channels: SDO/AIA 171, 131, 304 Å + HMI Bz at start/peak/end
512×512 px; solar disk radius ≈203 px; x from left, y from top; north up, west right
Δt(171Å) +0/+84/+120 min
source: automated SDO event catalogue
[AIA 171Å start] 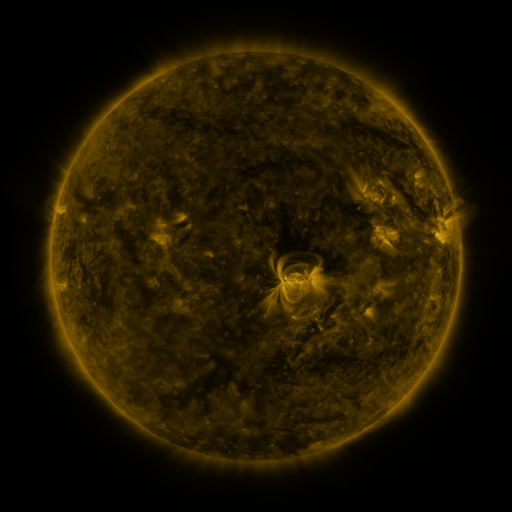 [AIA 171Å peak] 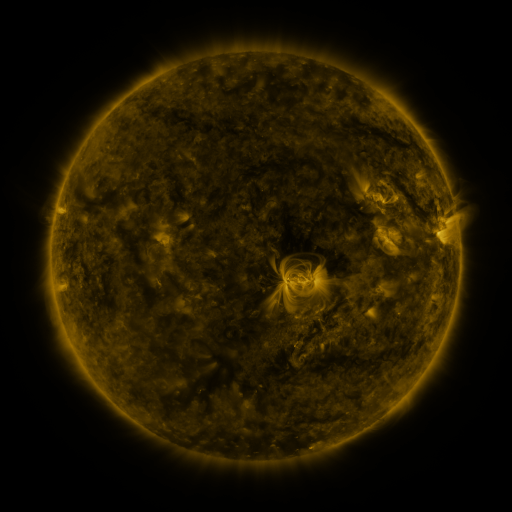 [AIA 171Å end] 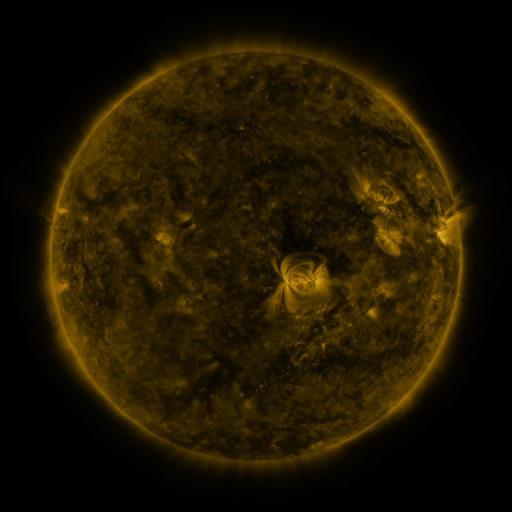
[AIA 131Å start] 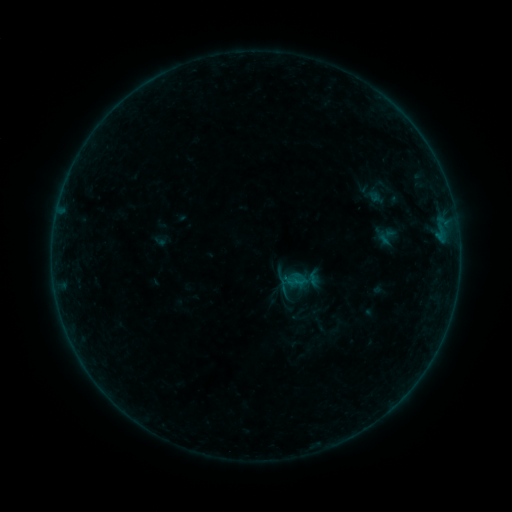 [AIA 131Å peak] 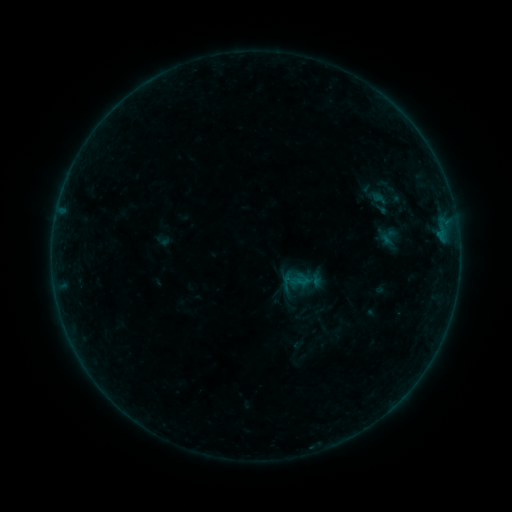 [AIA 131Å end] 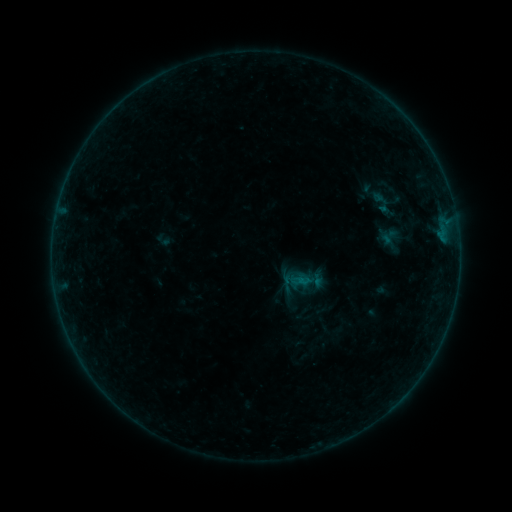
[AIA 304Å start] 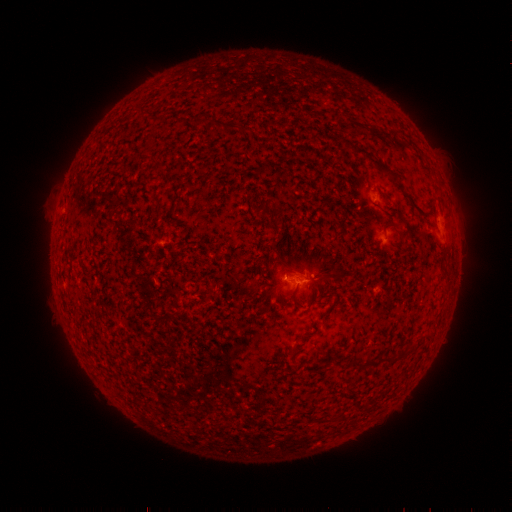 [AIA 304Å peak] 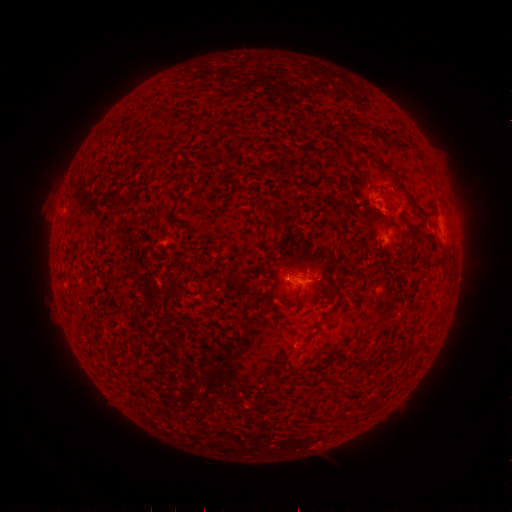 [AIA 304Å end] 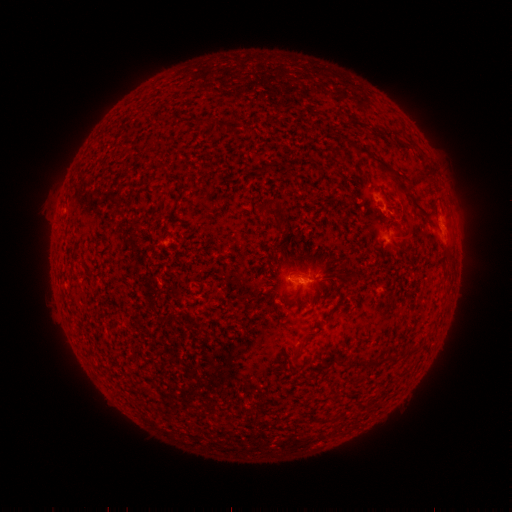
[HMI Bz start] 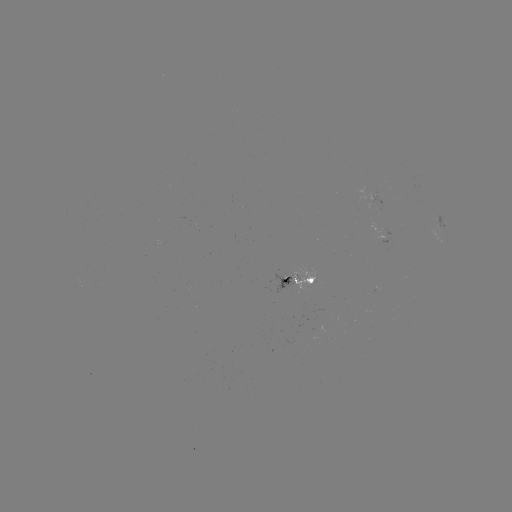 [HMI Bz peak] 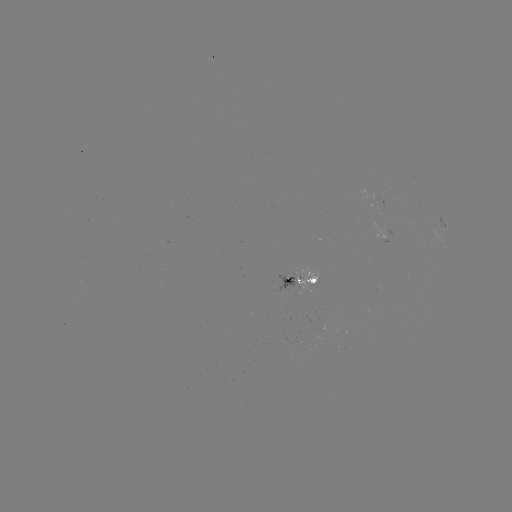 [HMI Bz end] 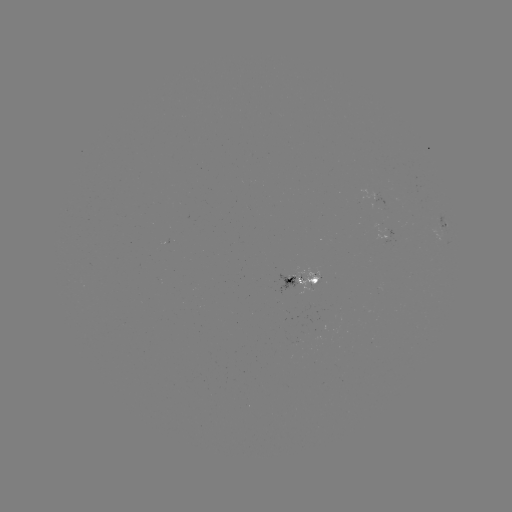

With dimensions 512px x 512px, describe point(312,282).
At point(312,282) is emerging-flux region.